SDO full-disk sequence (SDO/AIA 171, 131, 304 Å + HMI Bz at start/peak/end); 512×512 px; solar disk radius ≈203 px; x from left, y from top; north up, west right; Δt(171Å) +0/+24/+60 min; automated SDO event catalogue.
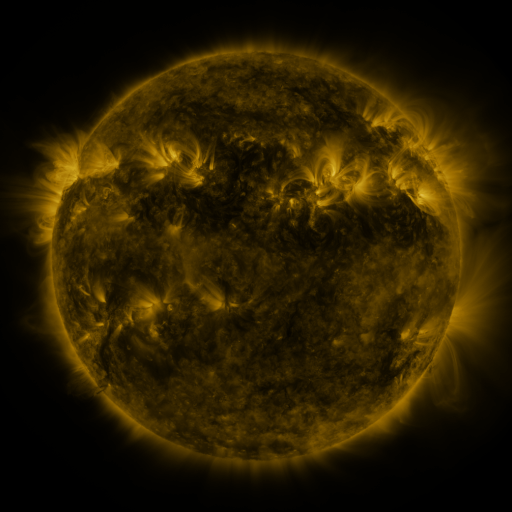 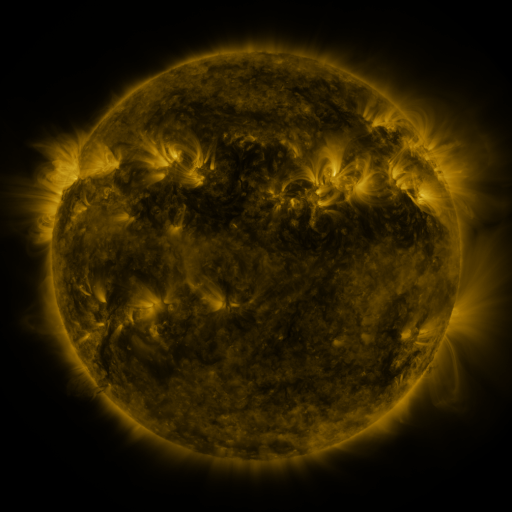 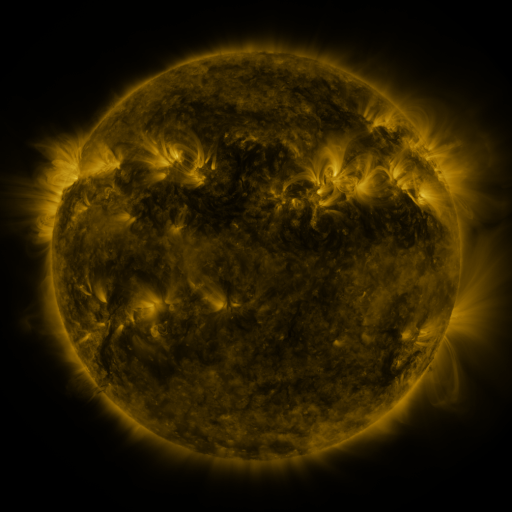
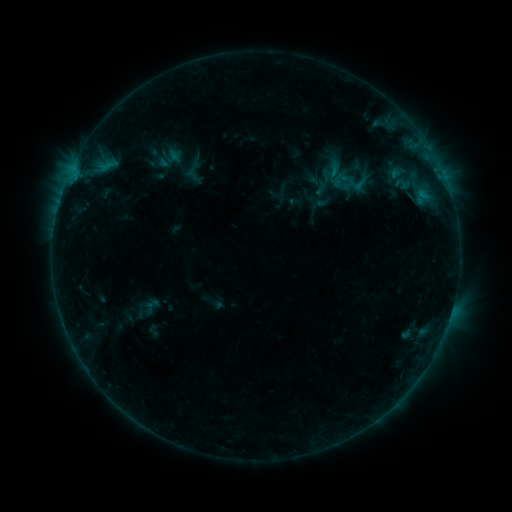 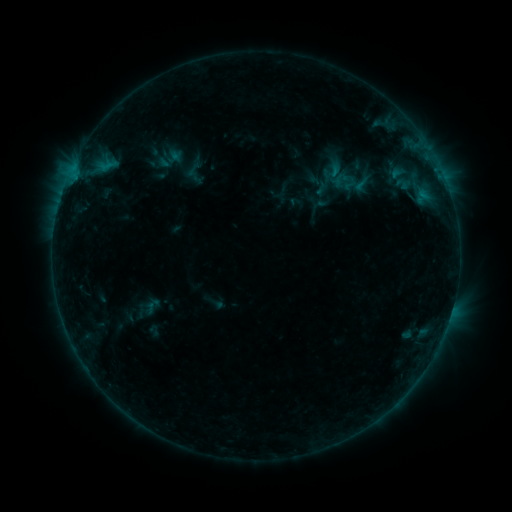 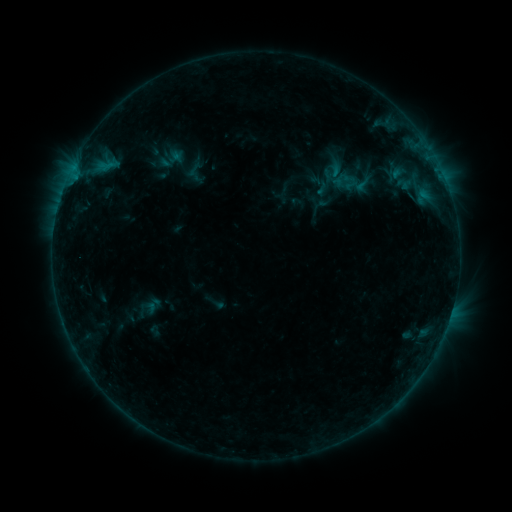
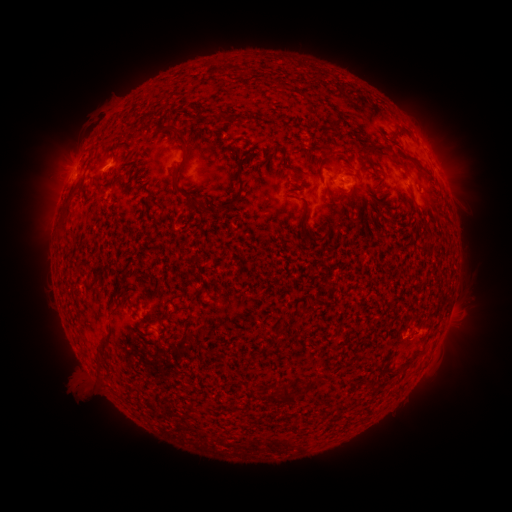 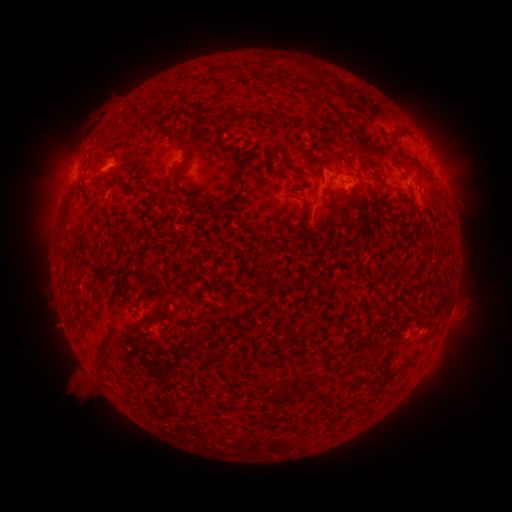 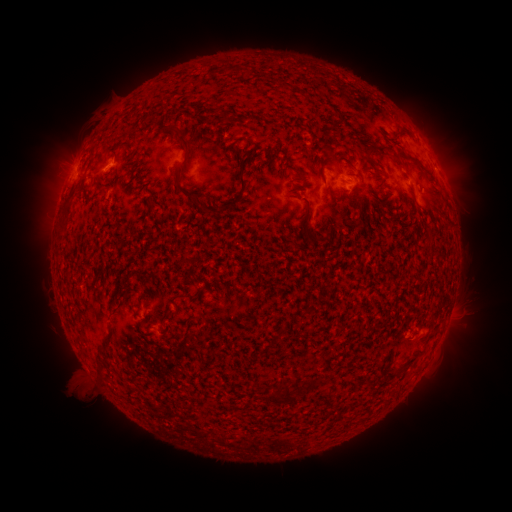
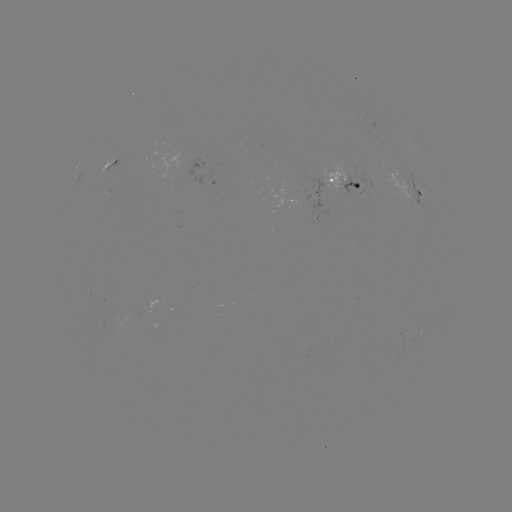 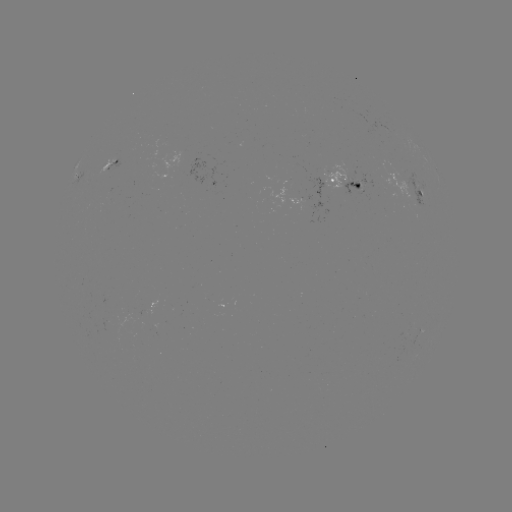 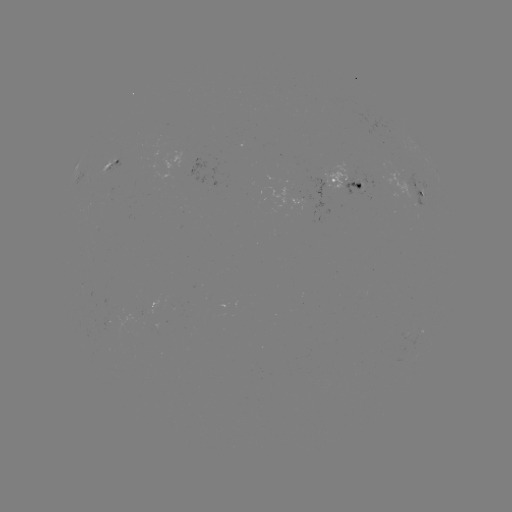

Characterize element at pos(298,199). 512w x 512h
emerging-flux region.